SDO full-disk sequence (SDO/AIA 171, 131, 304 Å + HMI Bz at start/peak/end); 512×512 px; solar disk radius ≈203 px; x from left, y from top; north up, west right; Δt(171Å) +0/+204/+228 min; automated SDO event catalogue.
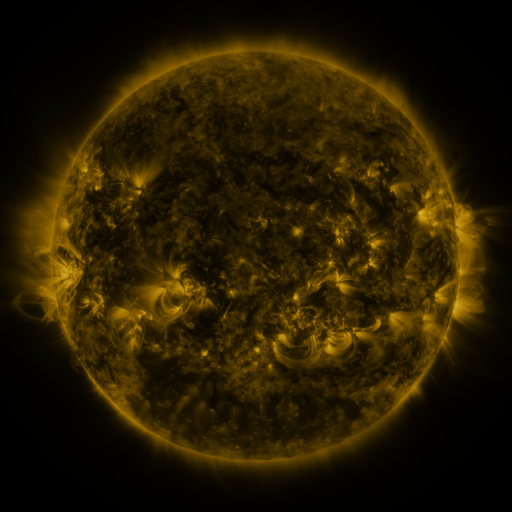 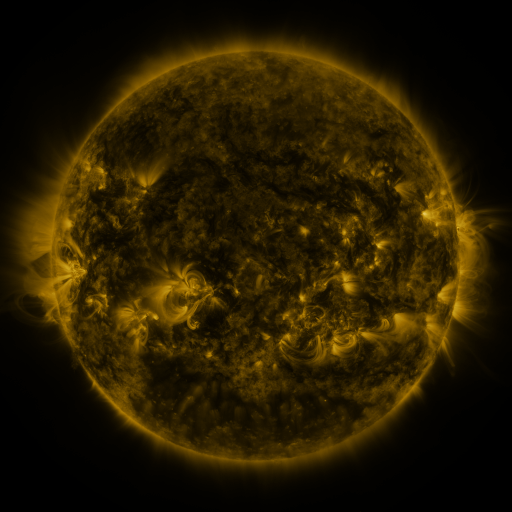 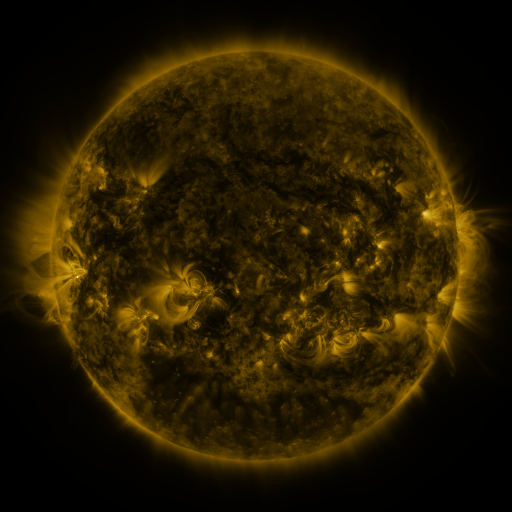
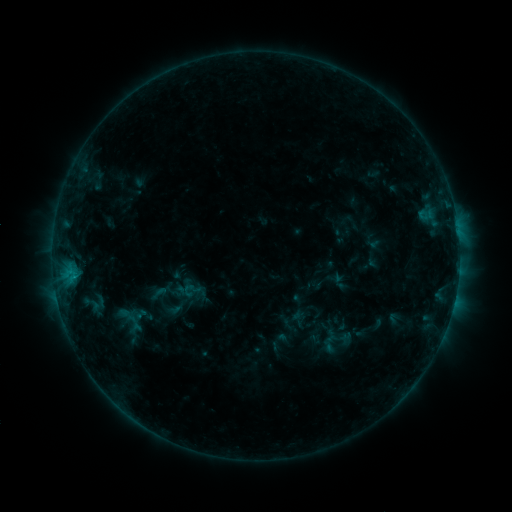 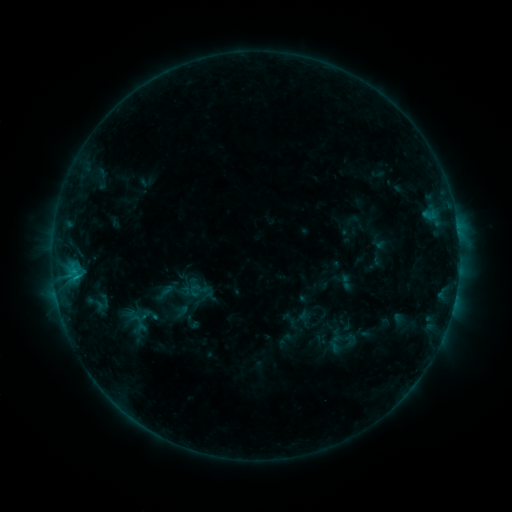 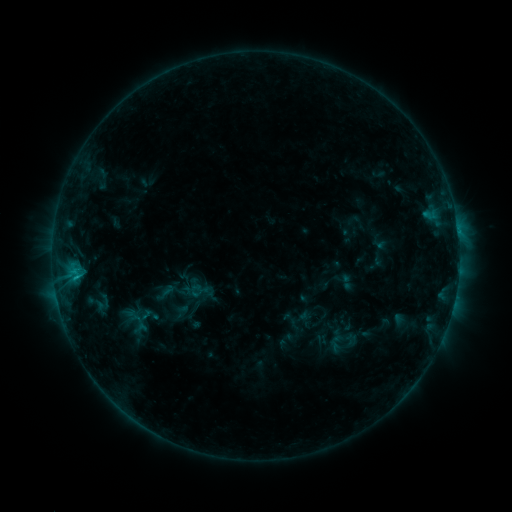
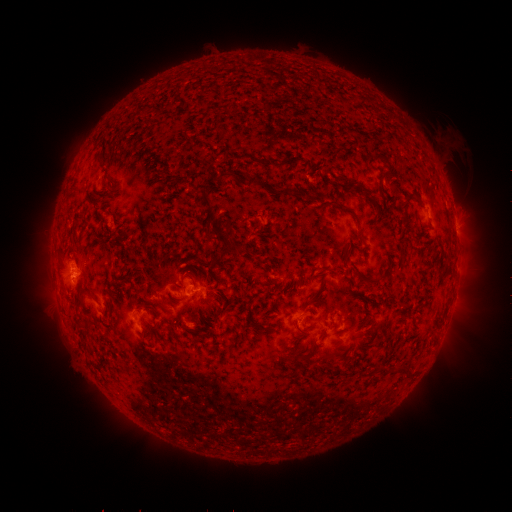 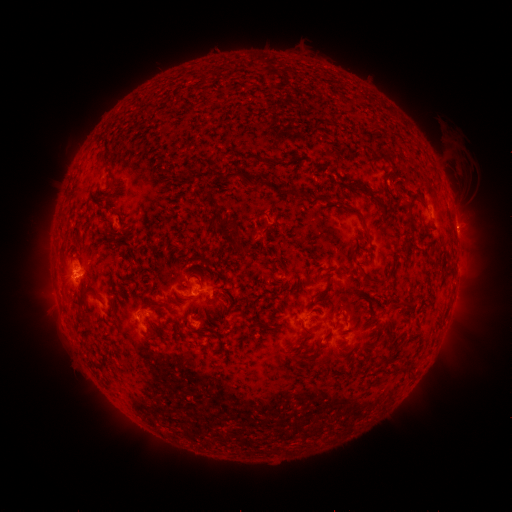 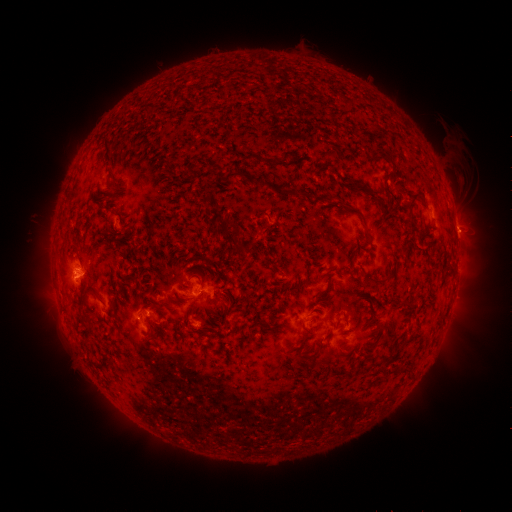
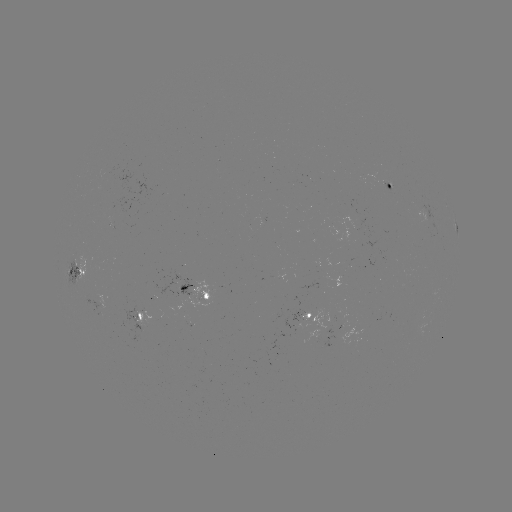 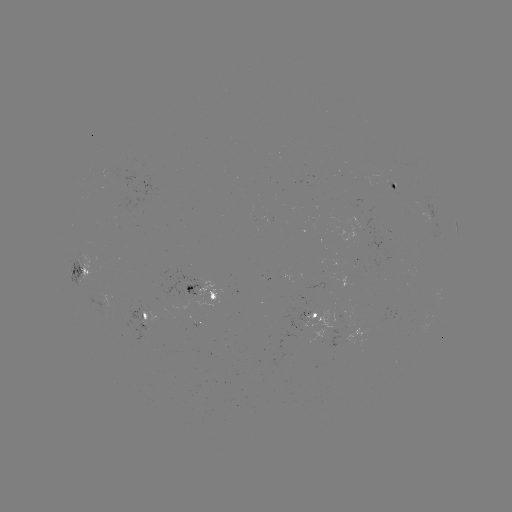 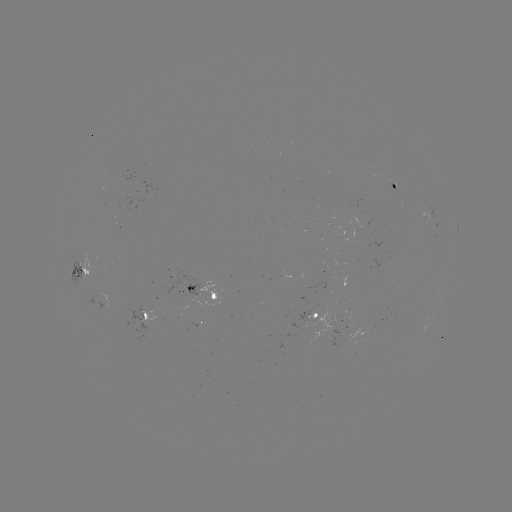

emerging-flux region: [189, 322, 200, 329]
